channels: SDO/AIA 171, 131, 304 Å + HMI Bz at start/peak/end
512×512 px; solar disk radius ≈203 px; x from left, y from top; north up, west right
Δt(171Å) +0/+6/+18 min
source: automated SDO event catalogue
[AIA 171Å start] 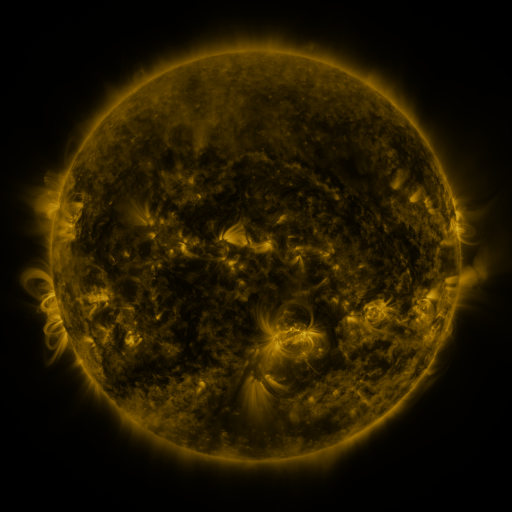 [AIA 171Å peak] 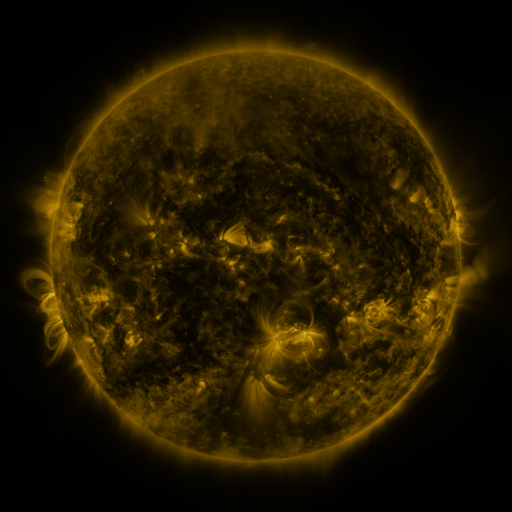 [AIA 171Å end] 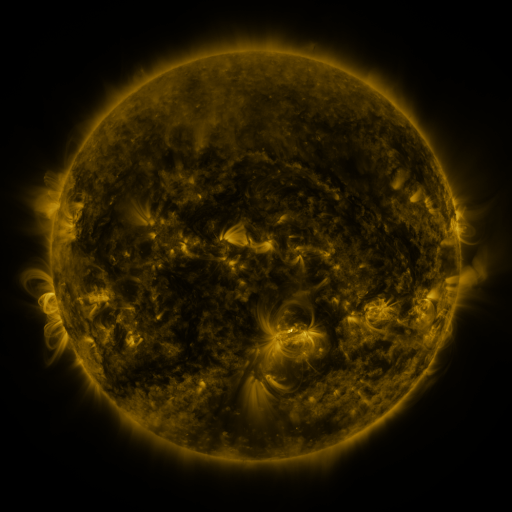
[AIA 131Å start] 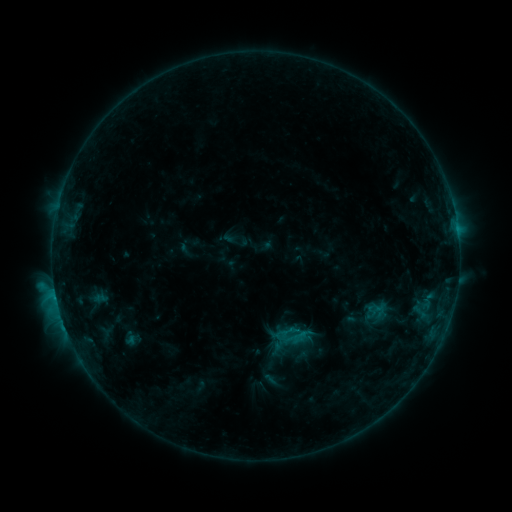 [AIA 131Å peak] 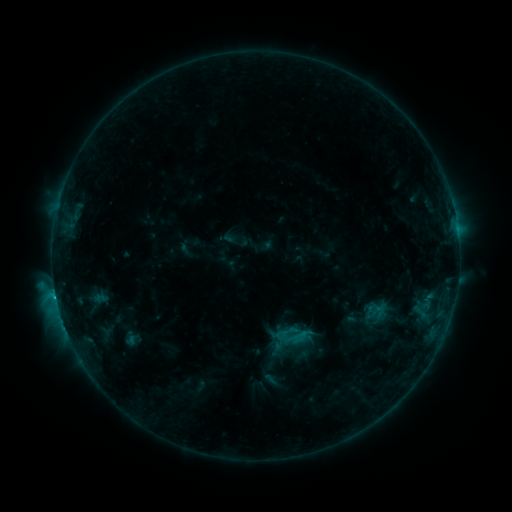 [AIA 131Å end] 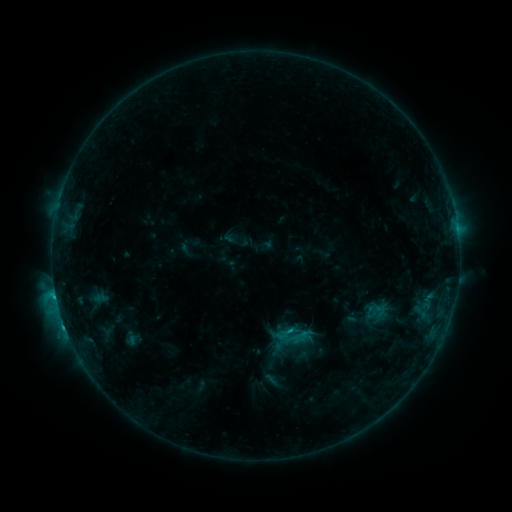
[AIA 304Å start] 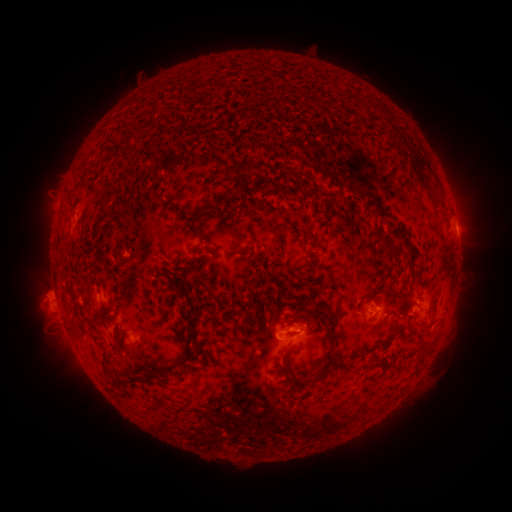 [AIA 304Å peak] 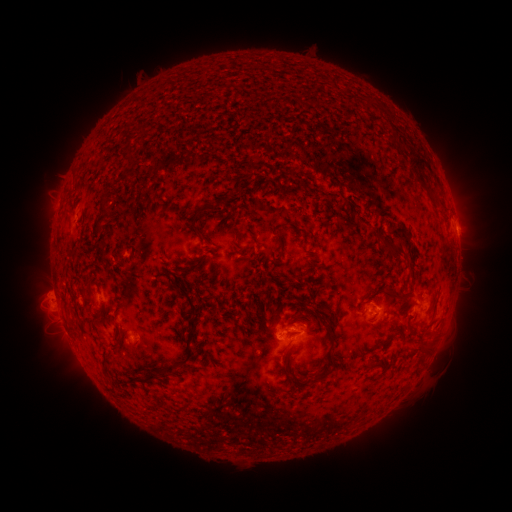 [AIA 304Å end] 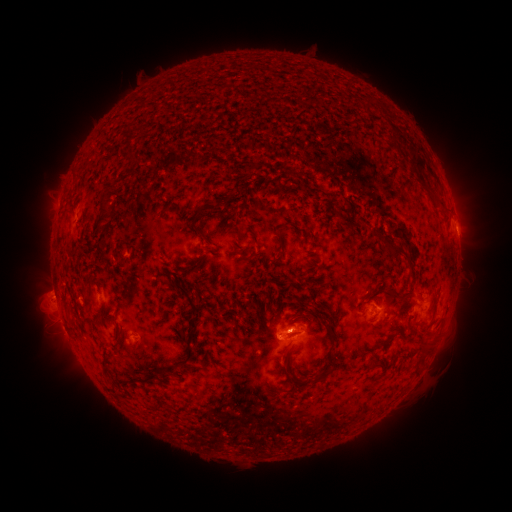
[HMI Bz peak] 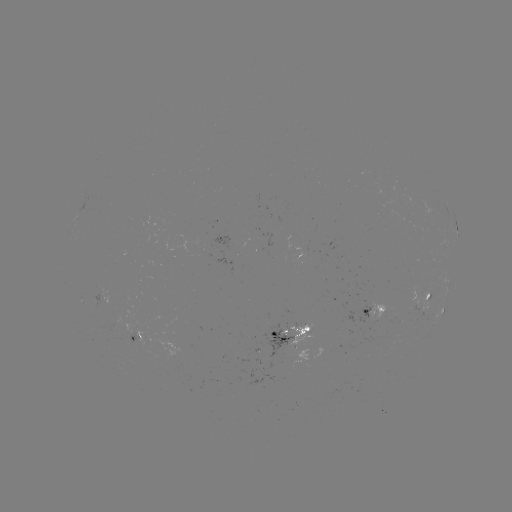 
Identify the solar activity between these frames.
C2.9 flare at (65, 326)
